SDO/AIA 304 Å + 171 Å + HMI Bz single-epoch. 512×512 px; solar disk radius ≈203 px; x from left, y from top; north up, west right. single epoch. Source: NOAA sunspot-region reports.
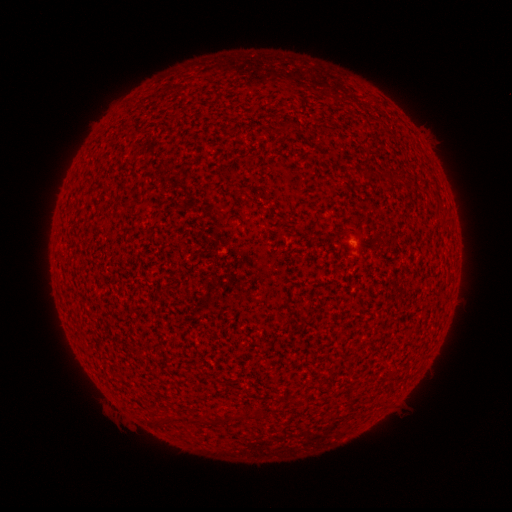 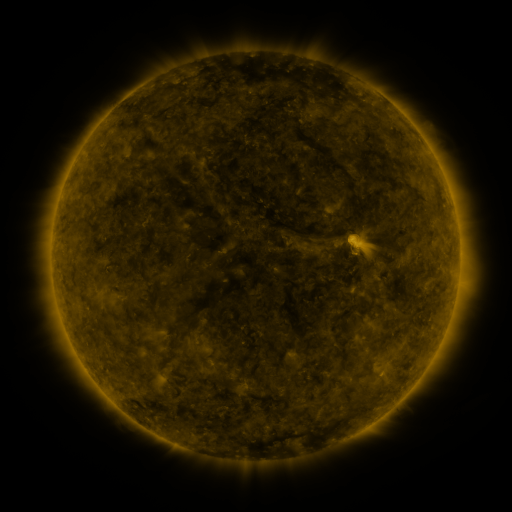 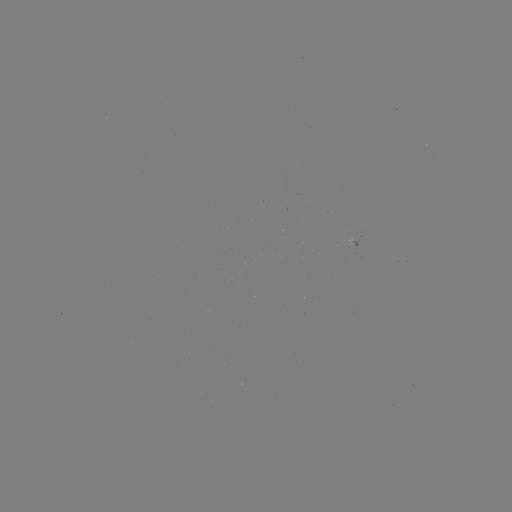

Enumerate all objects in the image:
(none)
